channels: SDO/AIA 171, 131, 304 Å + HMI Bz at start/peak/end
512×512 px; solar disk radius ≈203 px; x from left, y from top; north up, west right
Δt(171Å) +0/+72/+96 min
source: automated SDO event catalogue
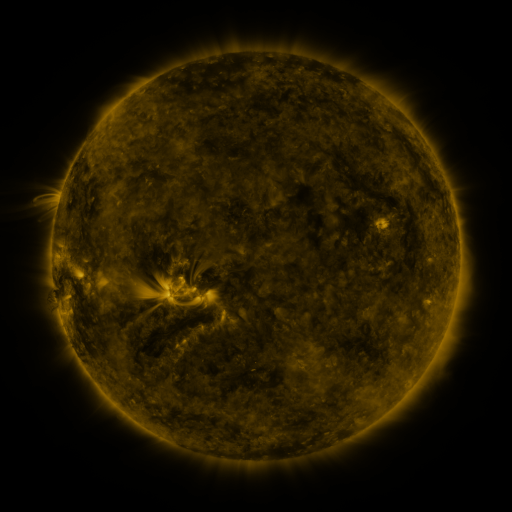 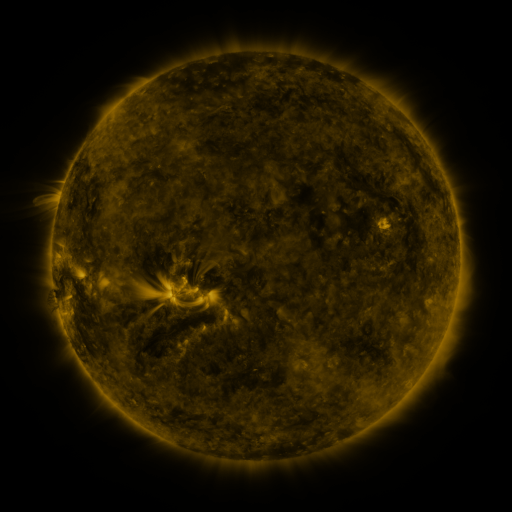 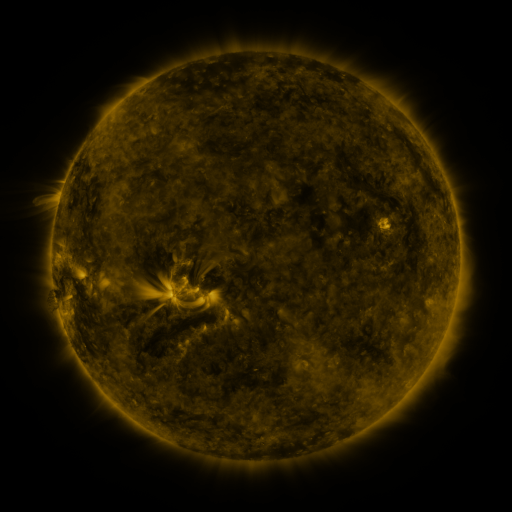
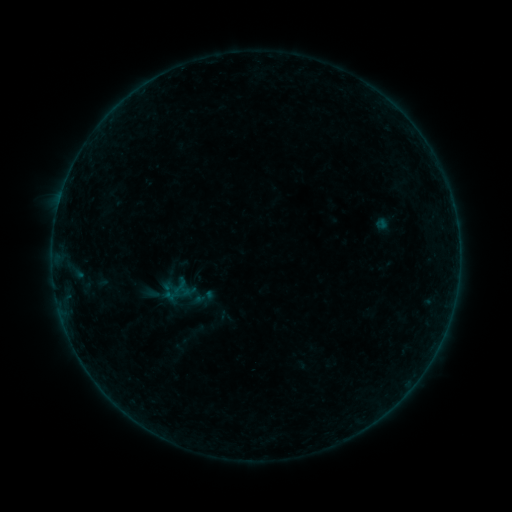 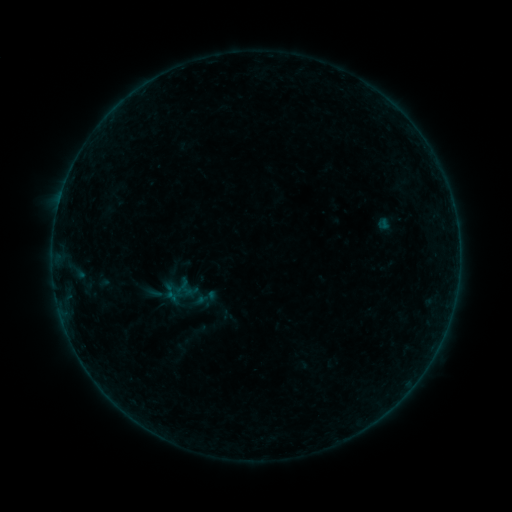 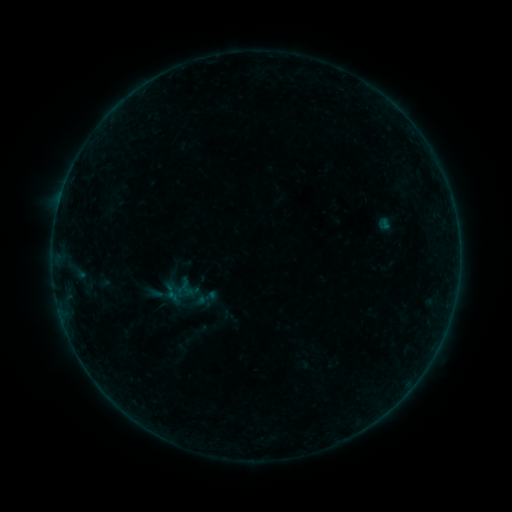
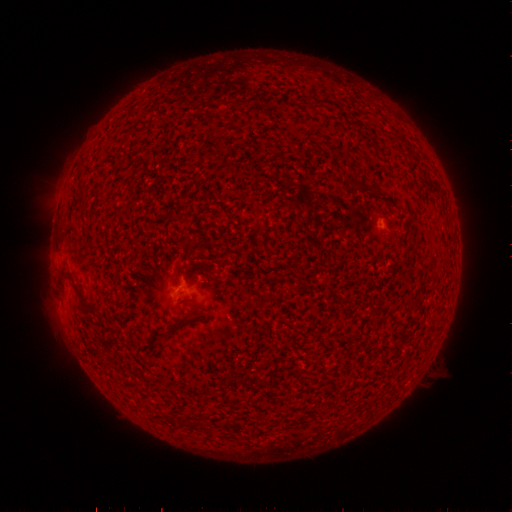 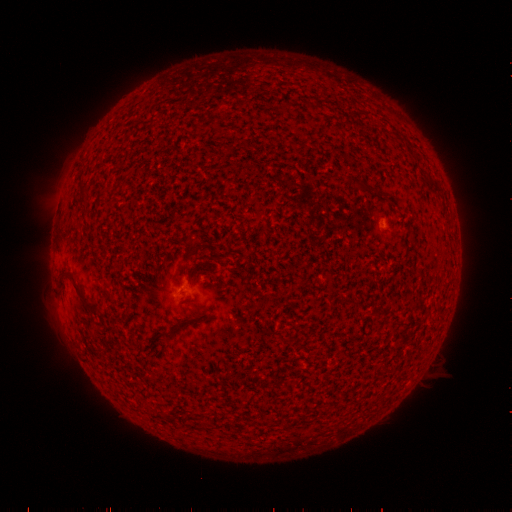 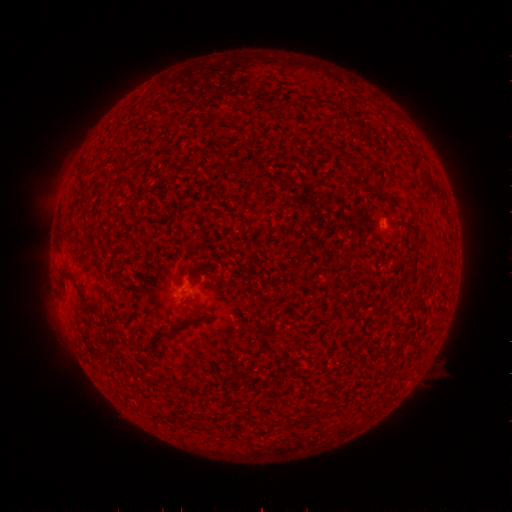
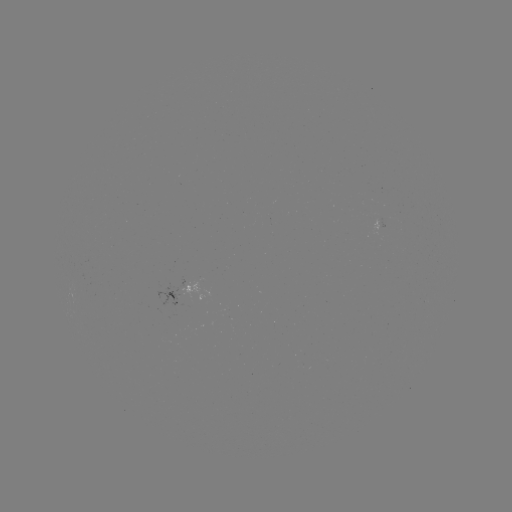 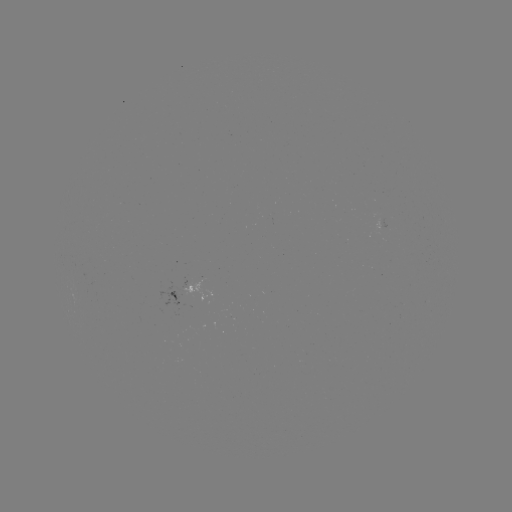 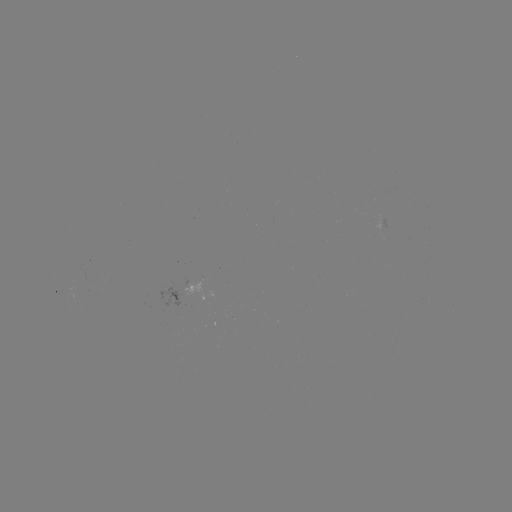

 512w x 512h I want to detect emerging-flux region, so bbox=[373, 220, 386, 233].